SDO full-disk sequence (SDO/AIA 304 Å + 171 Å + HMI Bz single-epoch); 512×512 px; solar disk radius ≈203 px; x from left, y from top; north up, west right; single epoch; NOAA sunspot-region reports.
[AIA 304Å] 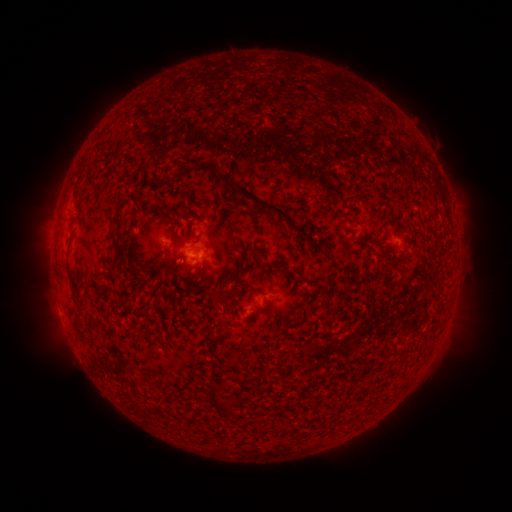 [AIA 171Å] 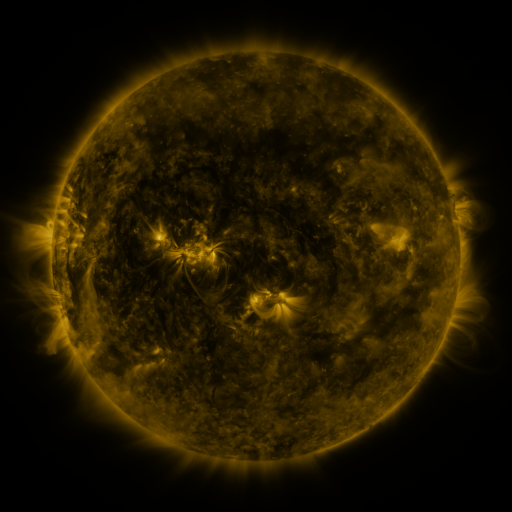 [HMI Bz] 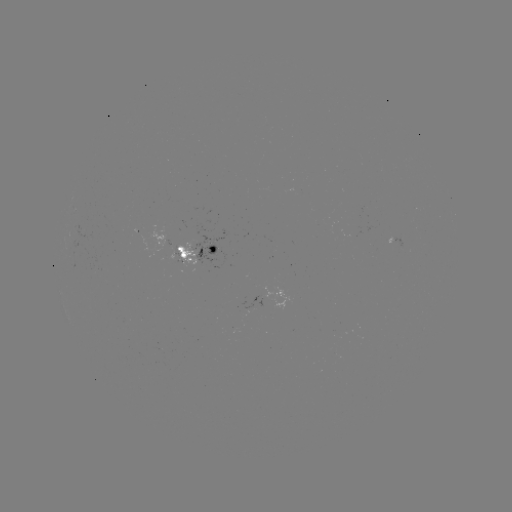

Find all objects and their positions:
spotted active region: (161, 243)
spotted active region: (403, 248)
spotted active region: (200, 252)
